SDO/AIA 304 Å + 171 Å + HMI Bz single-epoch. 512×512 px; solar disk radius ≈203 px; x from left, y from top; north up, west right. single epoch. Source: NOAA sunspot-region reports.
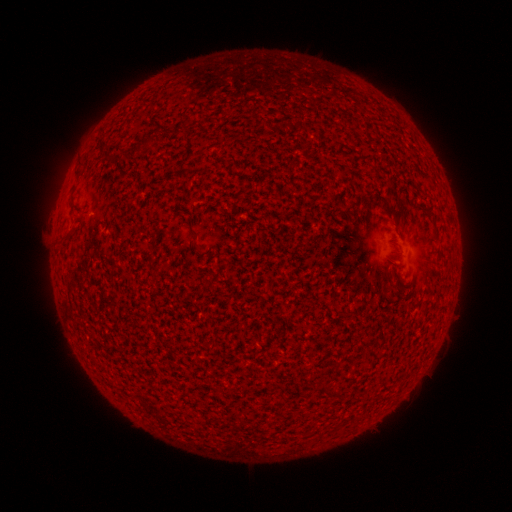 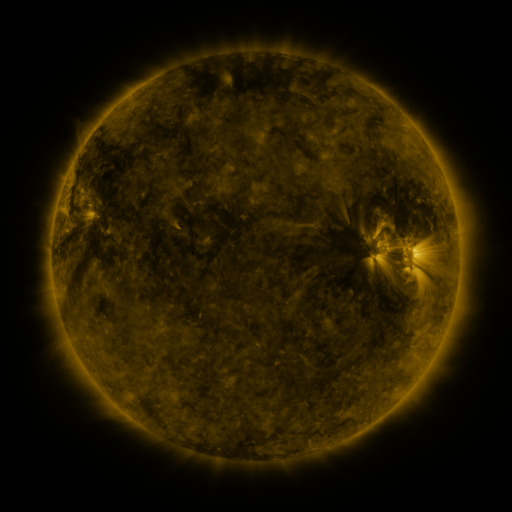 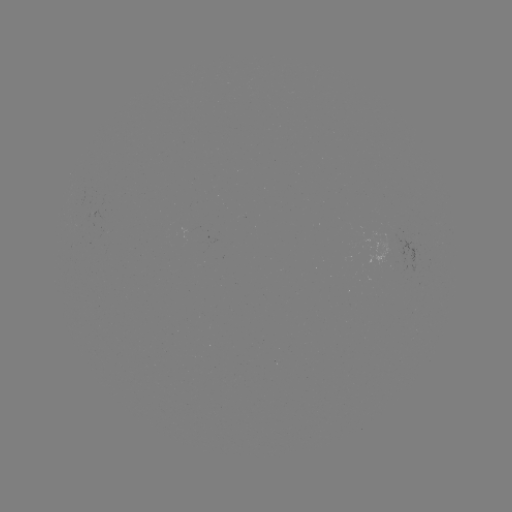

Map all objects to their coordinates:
(none)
